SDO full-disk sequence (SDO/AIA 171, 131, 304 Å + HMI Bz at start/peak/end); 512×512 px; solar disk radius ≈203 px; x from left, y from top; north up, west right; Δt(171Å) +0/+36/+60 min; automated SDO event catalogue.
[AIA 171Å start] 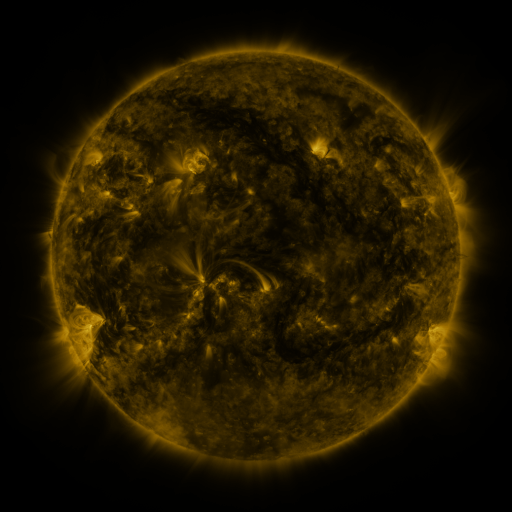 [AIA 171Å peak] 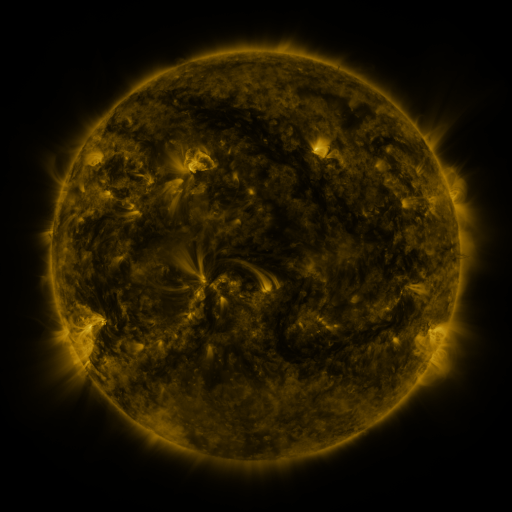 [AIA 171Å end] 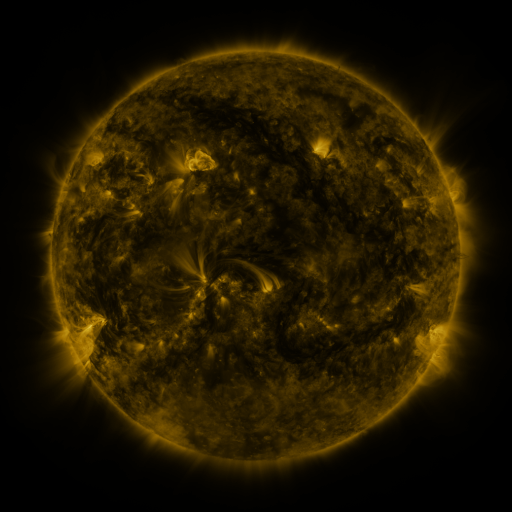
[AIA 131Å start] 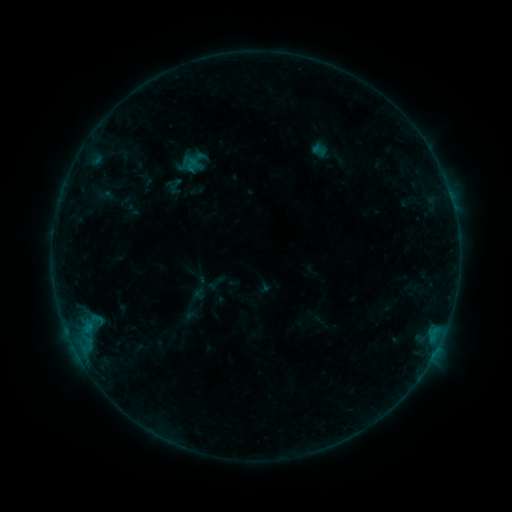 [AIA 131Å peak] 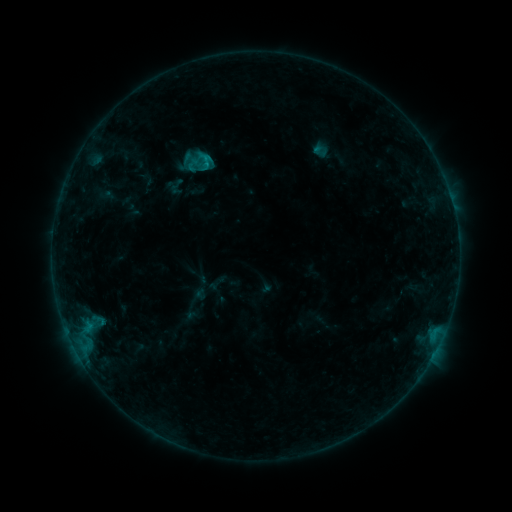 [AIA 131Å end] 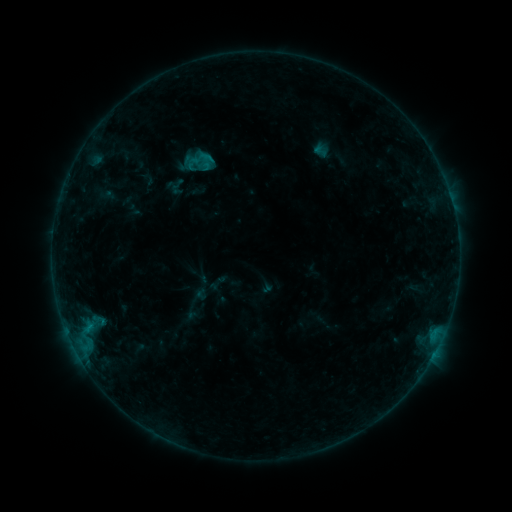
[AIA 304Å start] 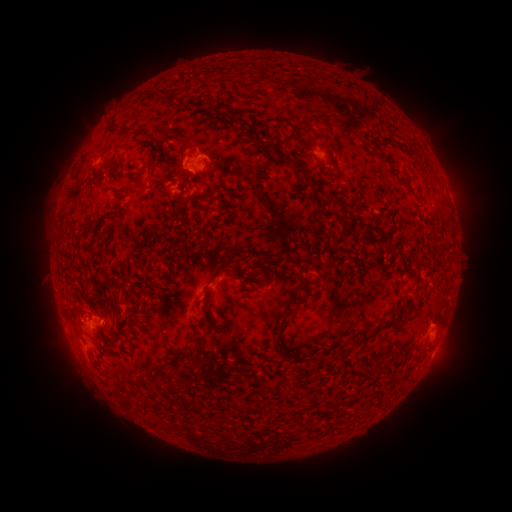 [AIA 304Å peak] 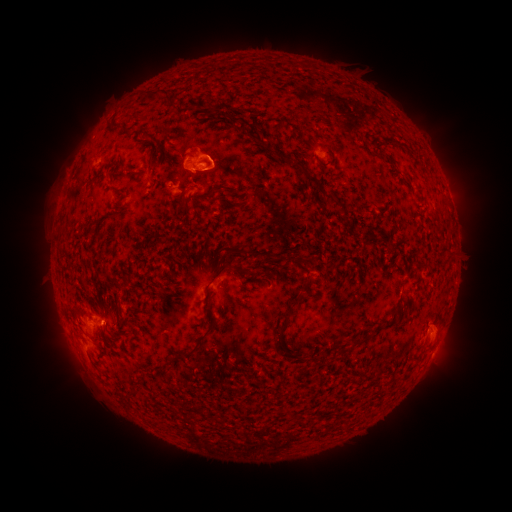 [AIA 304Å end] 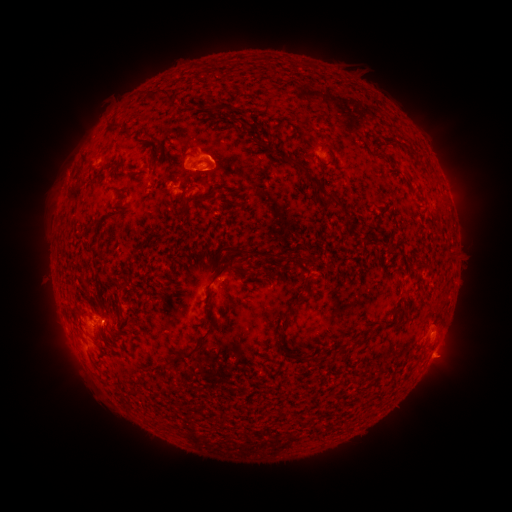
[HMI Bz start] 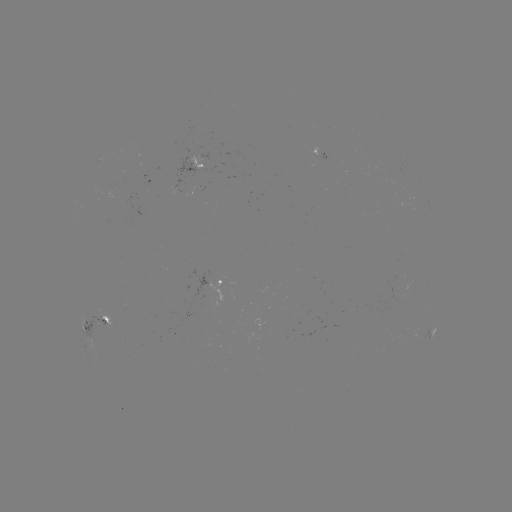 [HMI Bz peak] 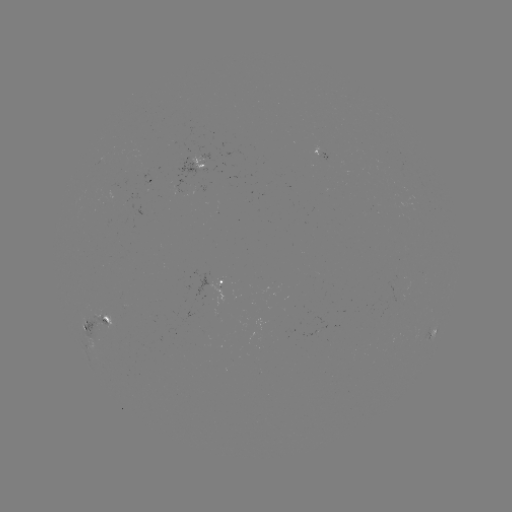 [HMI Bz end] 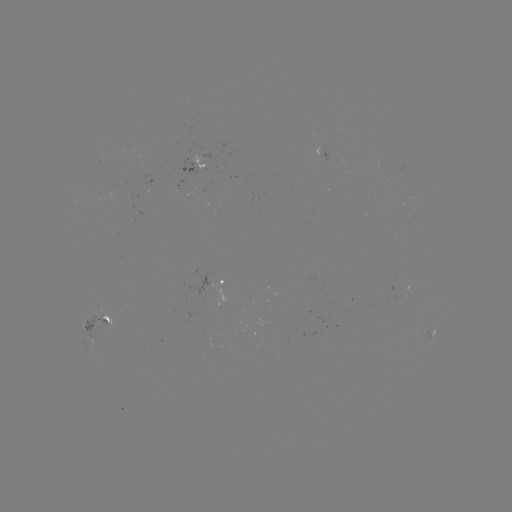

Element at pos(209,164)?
B9.0 flare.